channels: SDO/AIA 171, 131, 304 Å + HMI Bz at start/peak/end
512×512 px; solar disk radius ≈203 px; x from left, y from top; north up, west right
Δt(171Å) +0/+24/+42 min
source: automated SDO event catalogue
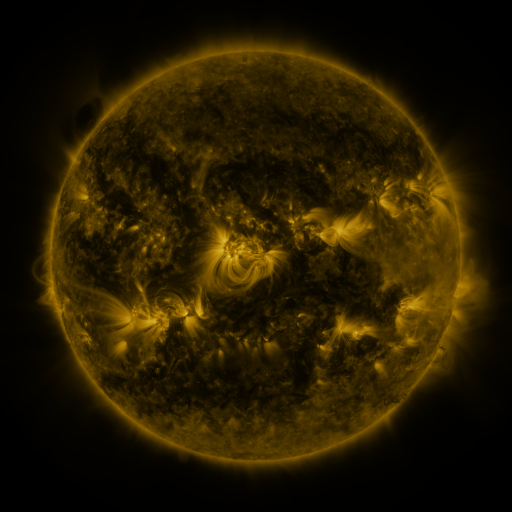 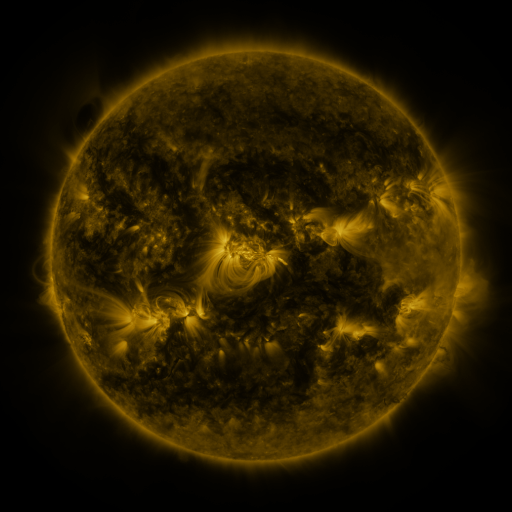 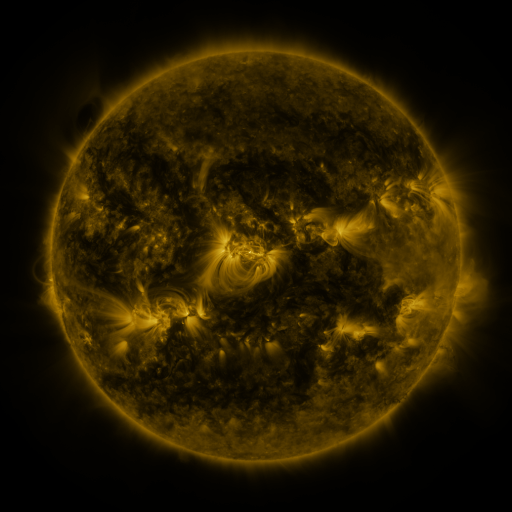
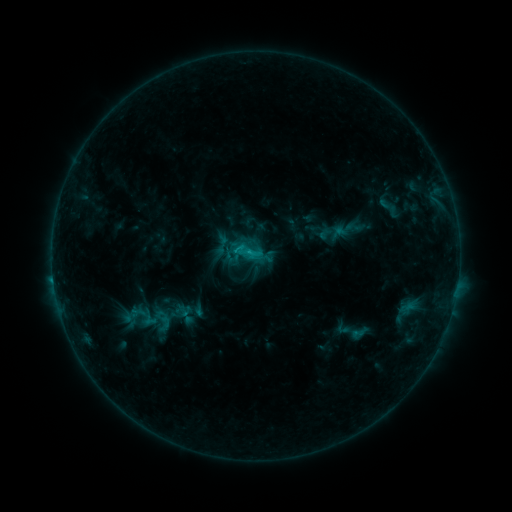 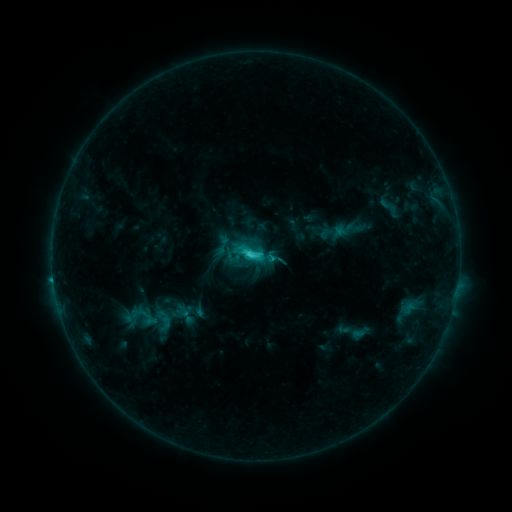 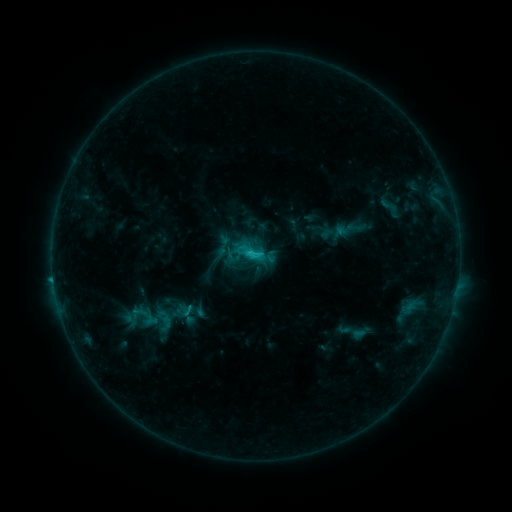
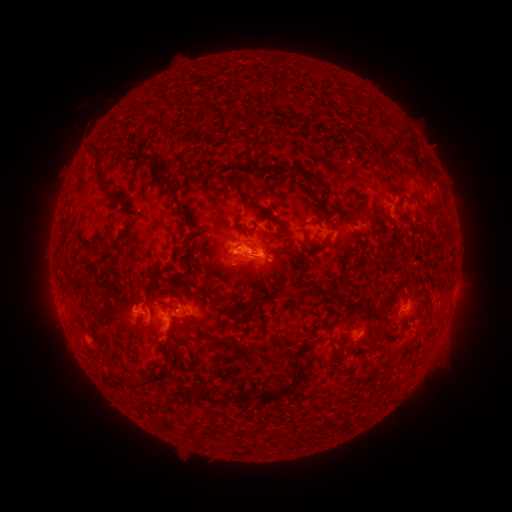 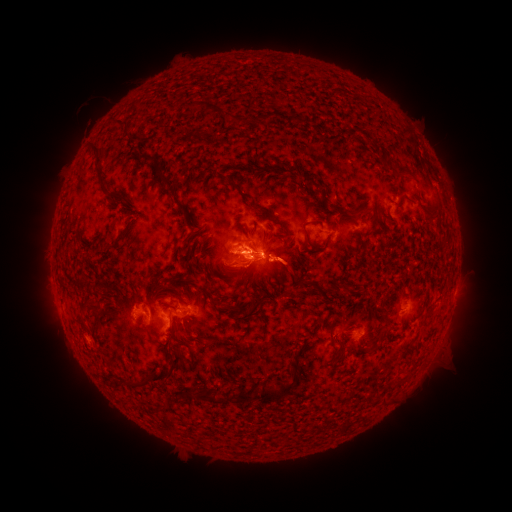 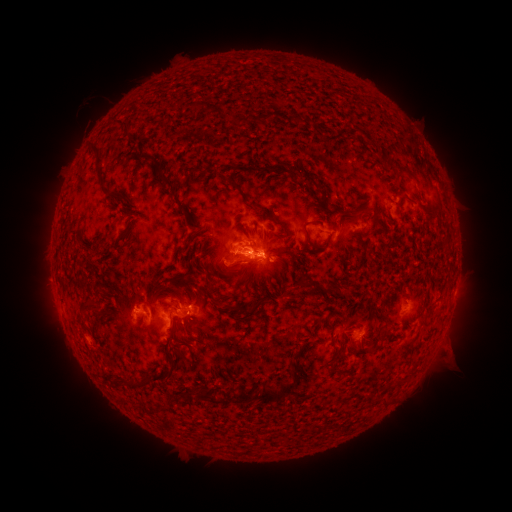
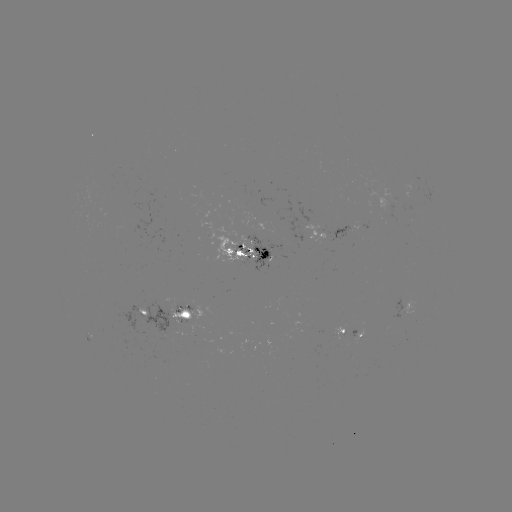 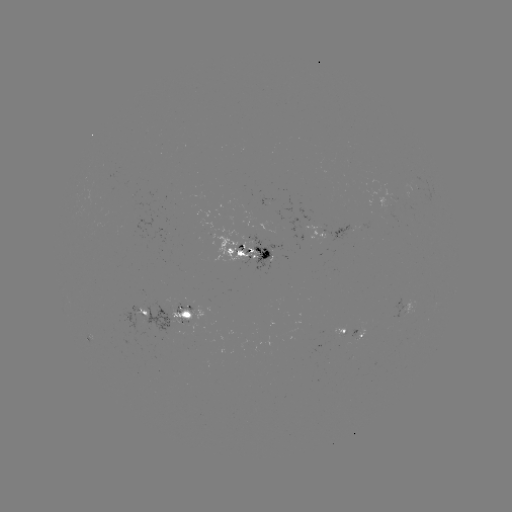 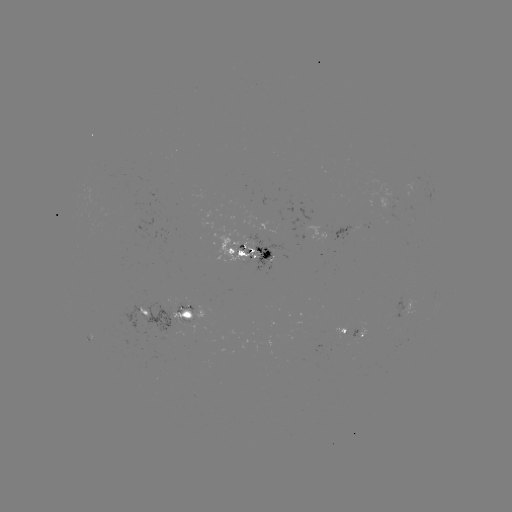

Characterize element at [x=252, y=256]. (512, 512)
C3.3 flare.